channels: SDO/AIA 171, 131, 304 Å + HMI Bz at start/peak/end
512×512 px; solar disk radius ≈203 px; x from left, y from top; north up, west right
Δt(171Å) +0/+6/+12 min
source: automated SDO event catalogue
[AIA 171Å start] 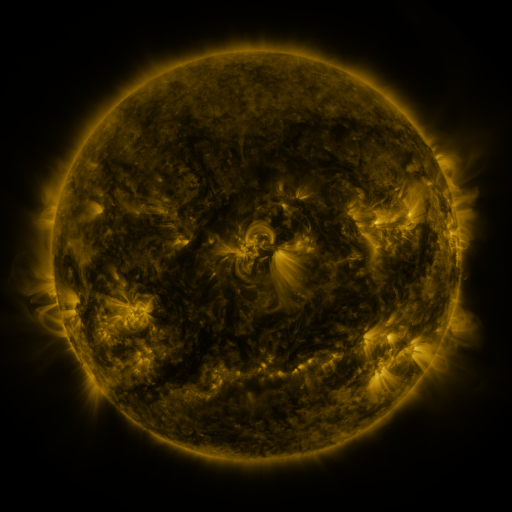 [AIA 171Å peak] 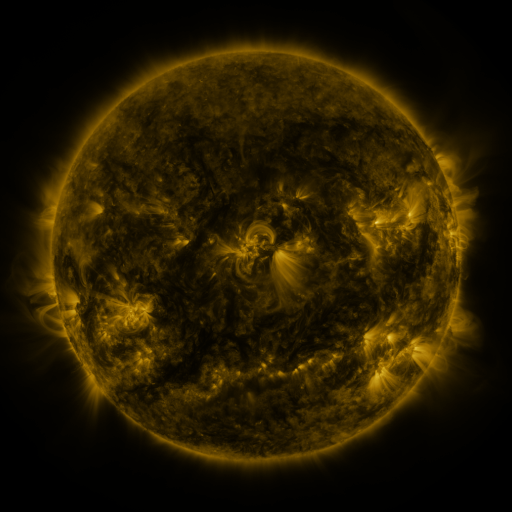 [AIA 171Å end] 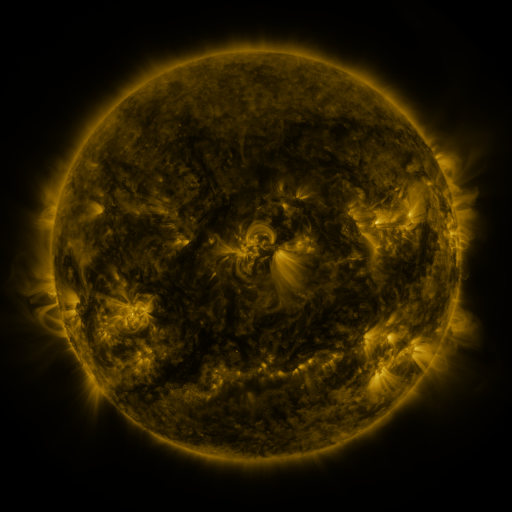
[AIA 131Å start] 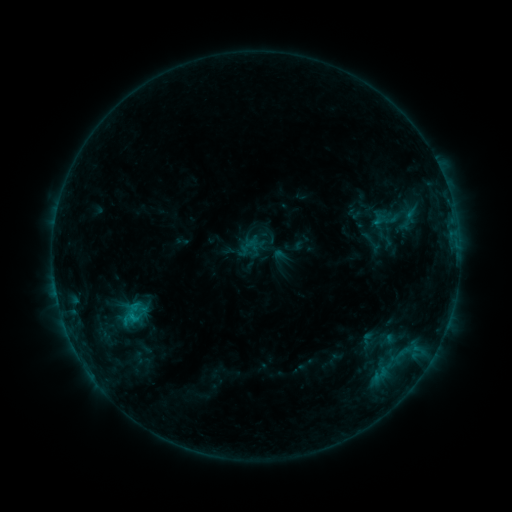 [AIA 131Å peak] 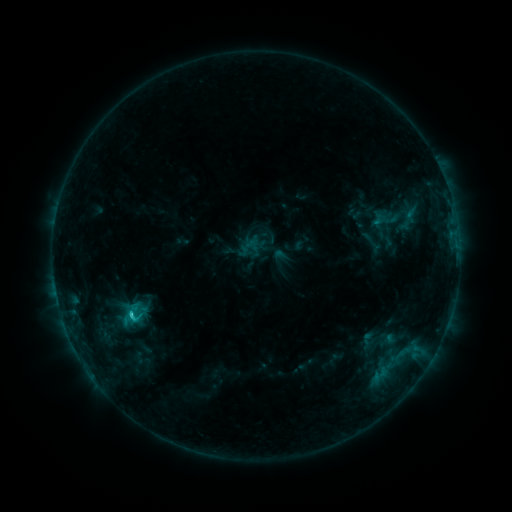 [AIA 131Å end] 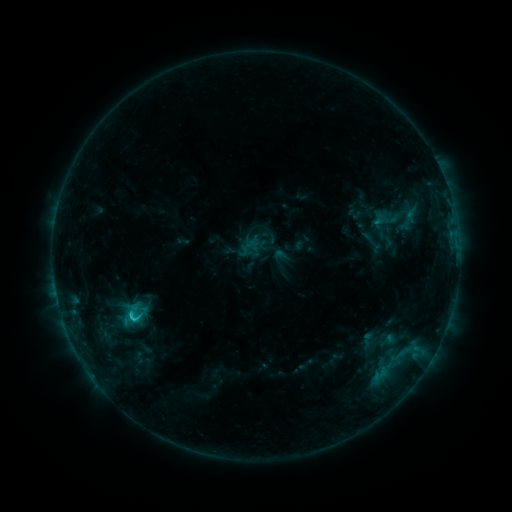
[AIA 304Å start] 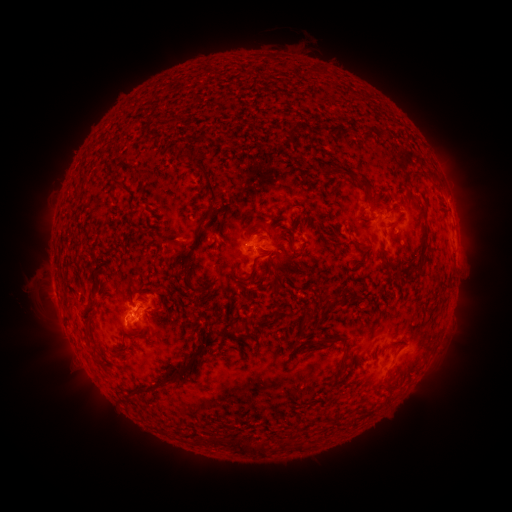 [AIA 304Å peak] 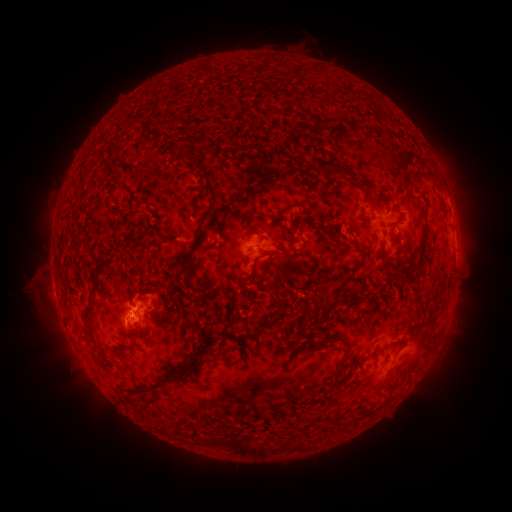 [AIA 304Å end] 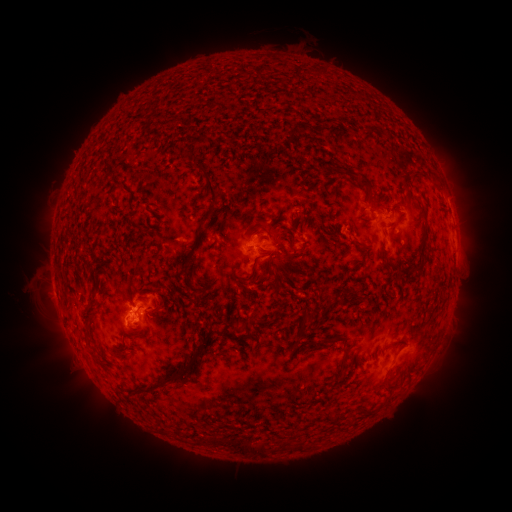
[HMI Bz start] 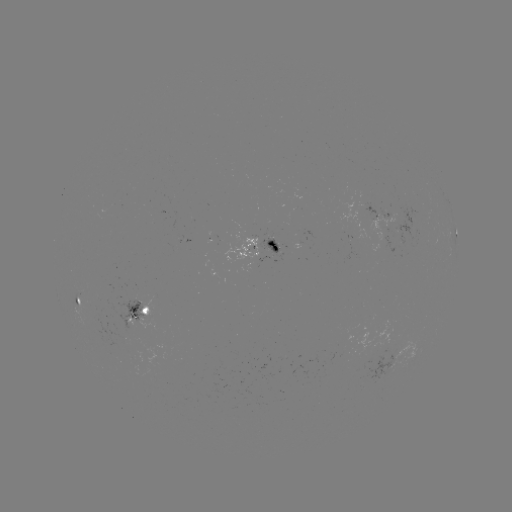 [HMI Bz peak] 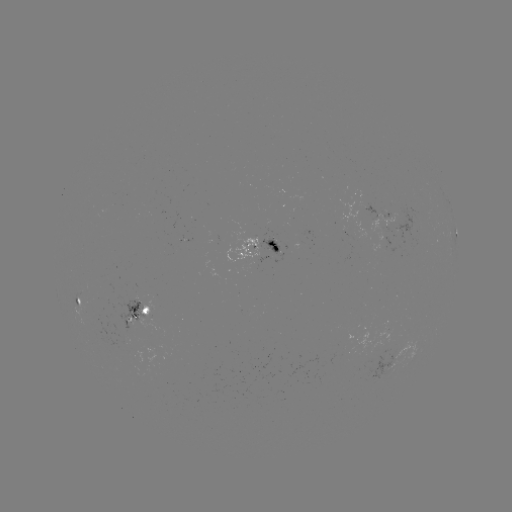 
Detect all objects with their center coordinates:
C1.4 flare: (133, 312)
